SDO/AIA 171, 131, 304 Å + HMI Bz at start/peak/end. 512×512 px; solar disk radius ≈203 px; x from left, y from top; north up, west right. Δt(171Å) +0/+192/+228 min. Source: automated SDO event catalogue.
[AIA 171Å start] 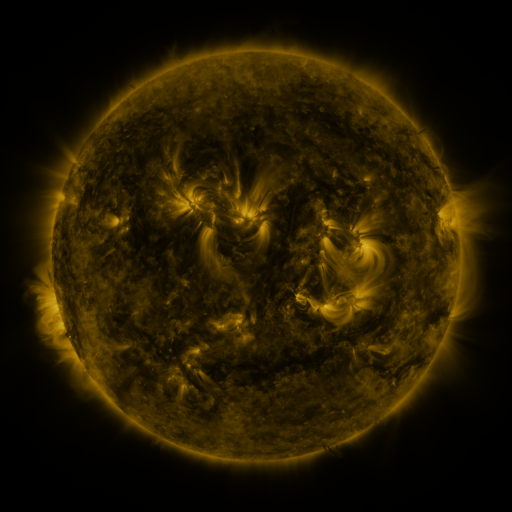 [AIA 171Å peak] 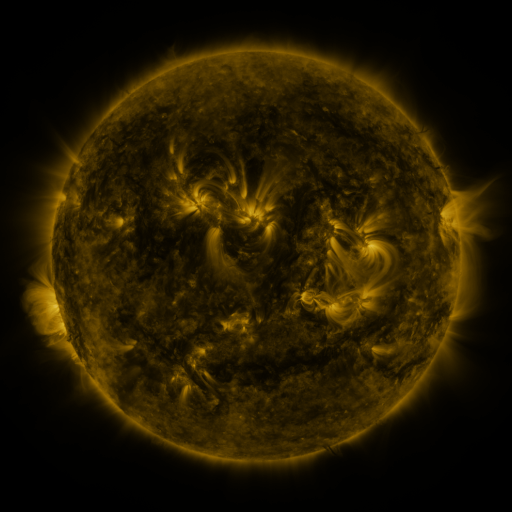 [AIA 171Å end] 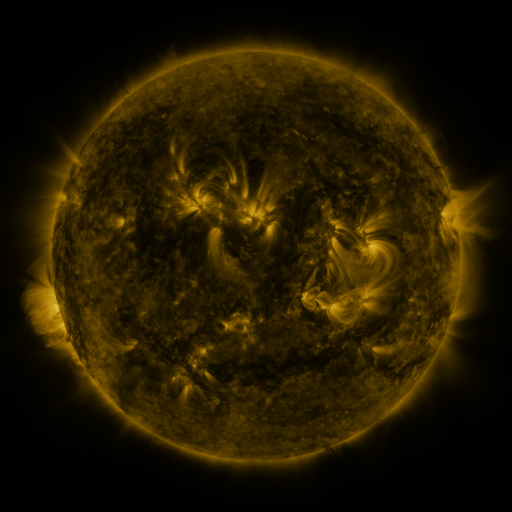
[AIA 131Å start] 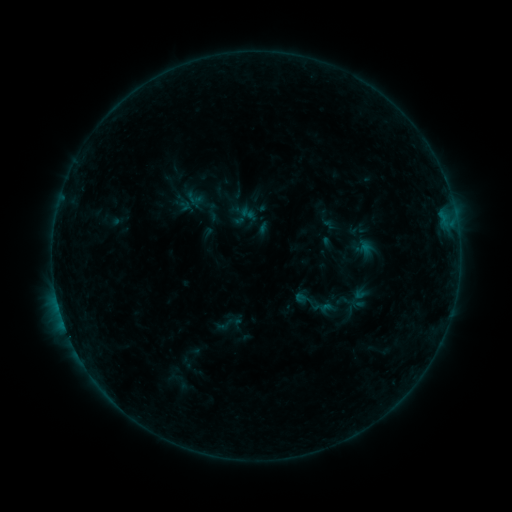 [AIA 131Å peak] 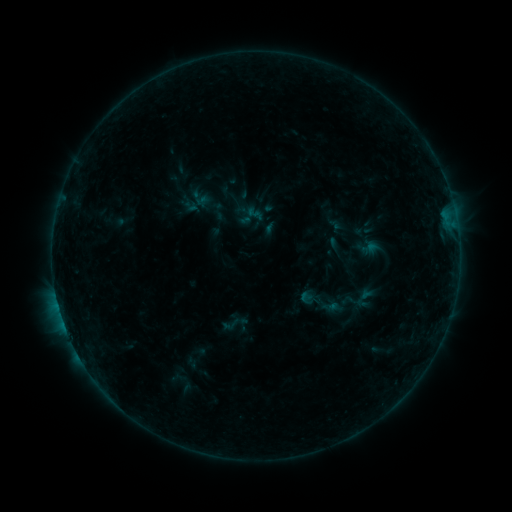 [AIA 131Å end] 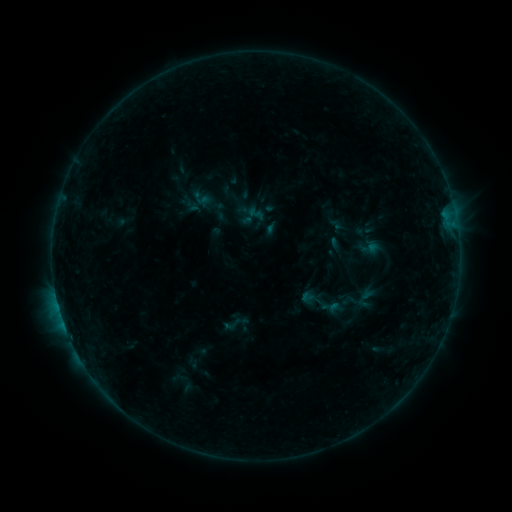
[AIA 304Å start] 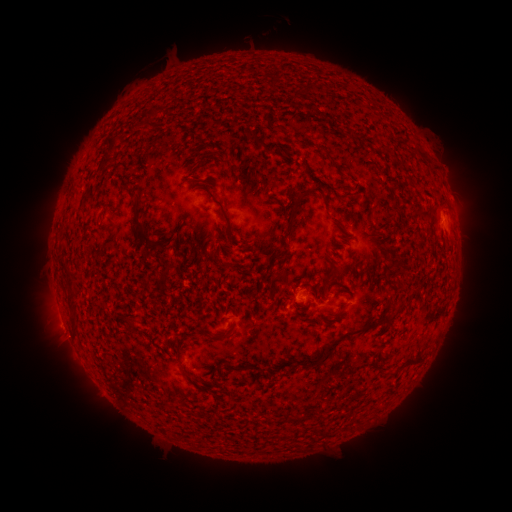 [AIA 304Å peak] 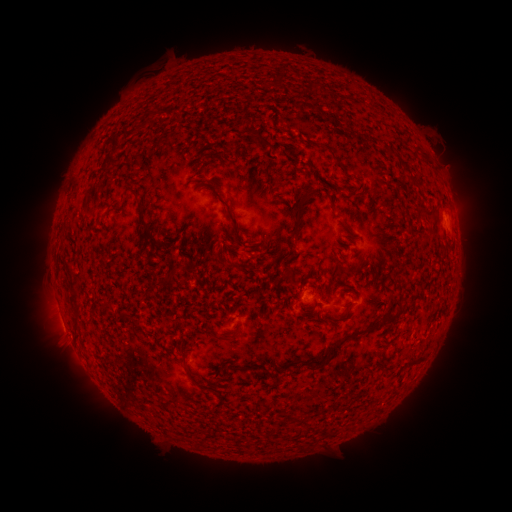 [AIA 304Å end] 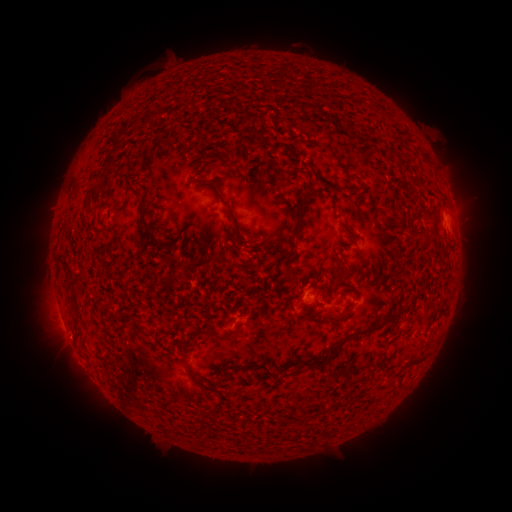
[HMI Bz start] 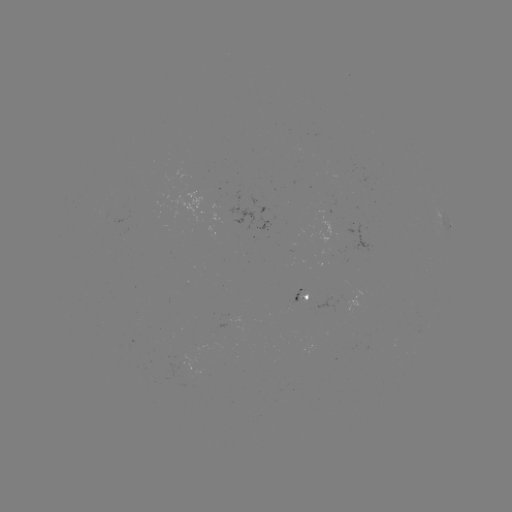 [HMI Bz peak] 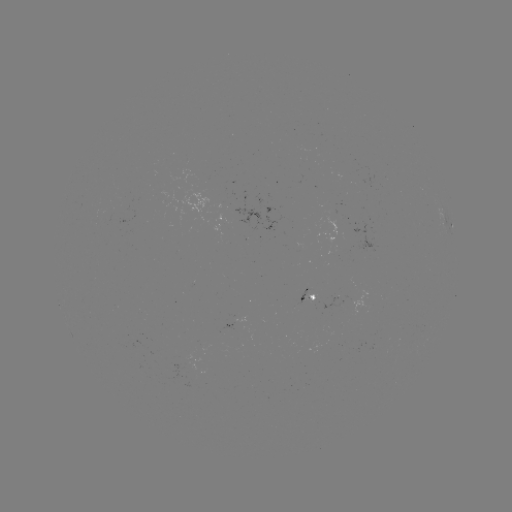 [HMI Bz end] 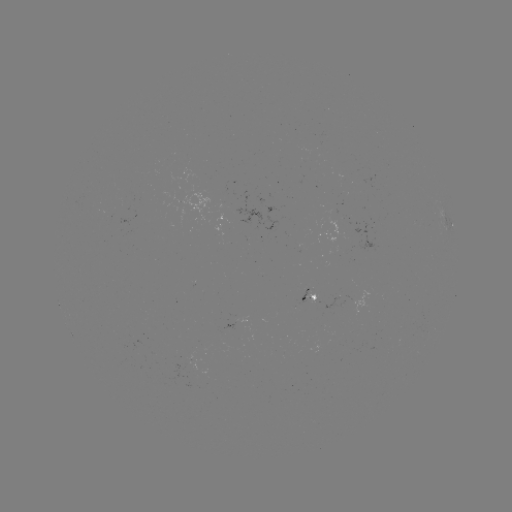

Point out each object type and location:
emerging-flux region: (313, 301)
